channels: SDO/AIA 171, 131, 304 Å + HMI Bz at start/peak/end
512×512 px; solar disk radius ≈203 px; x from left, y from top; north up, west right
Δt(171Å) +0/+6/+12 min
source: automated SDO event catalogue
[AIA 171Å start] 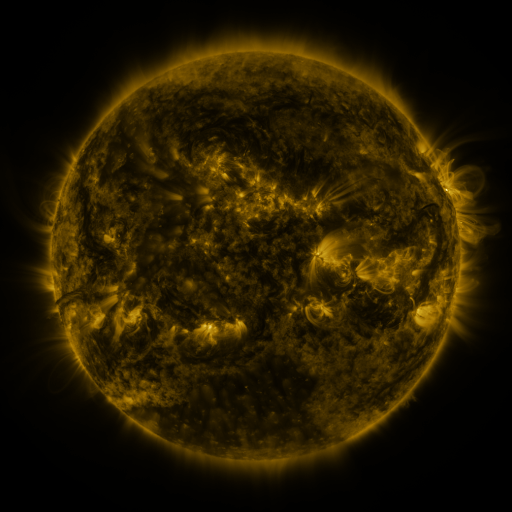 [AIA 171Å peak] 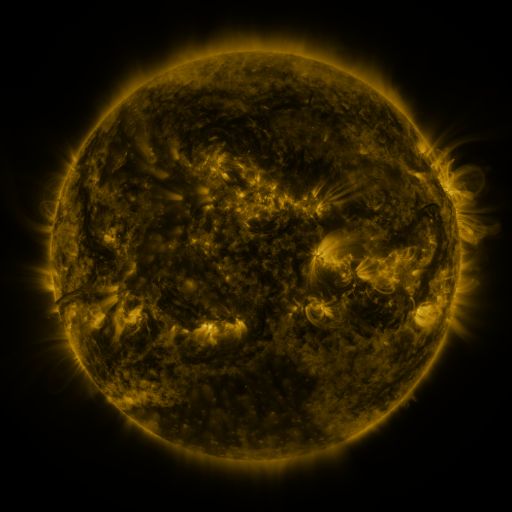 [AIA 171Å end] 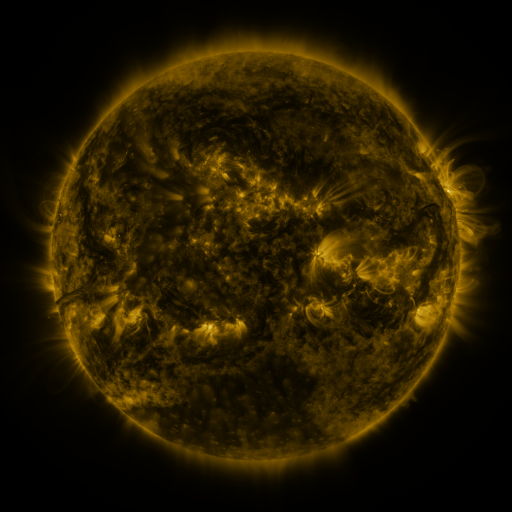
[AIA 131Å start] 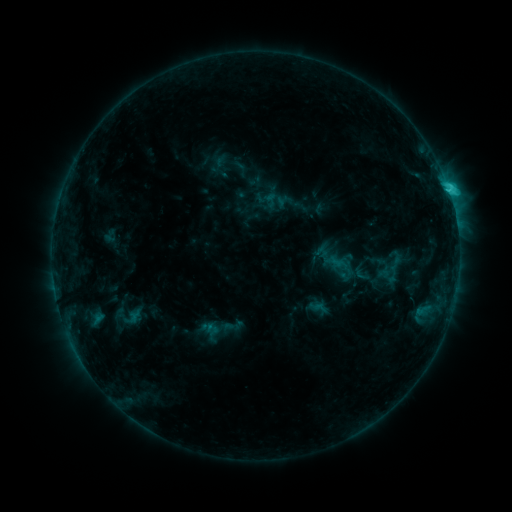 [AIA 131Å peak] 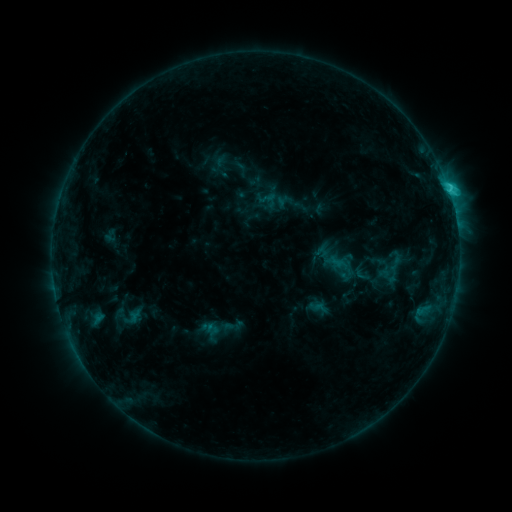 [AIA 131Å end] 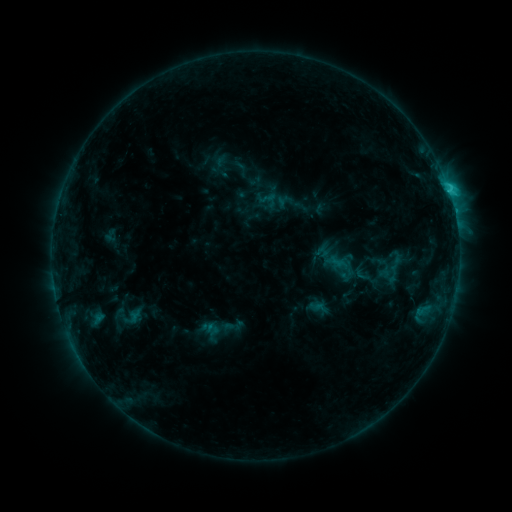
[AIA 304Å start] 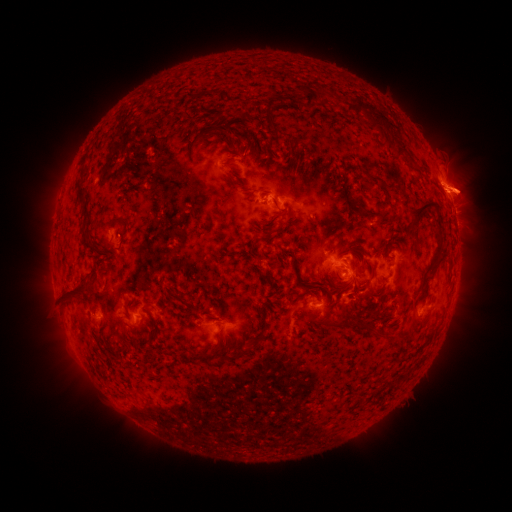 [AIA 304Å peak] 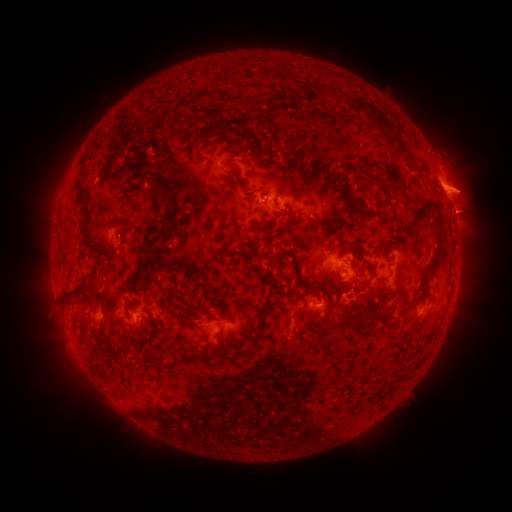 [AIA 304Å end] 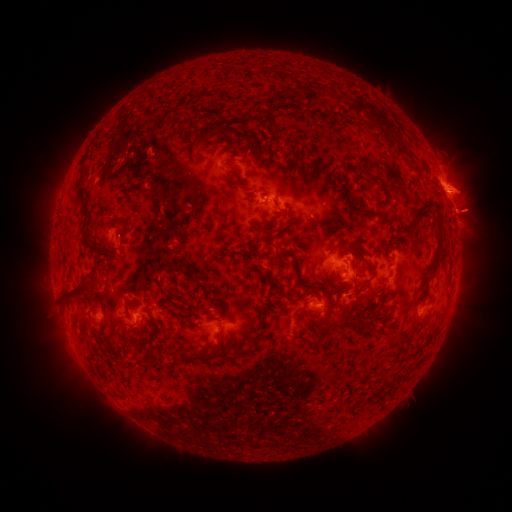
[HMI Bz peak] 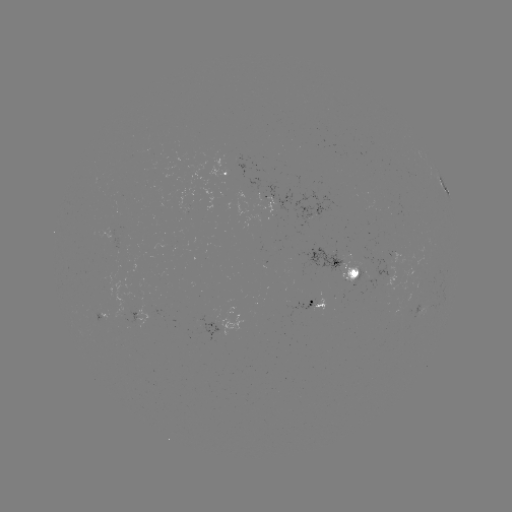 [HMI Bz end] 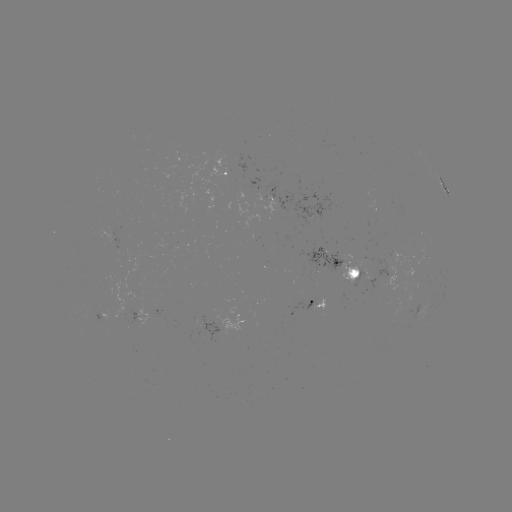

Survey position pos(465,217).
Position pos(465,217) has eruption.